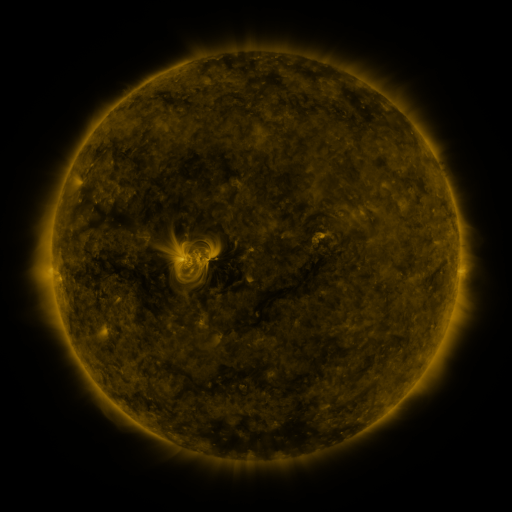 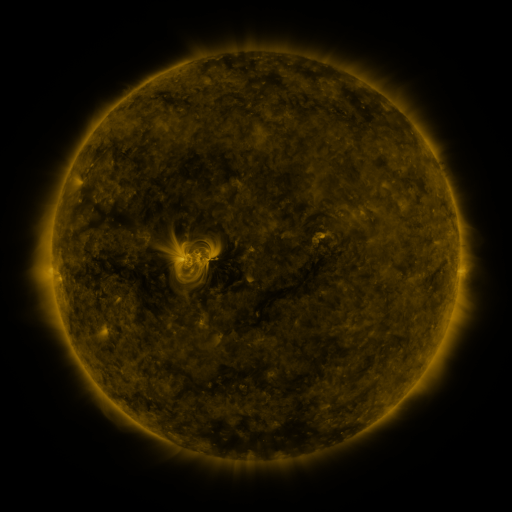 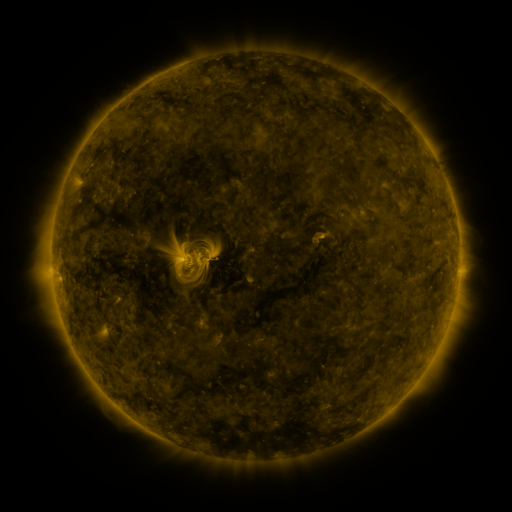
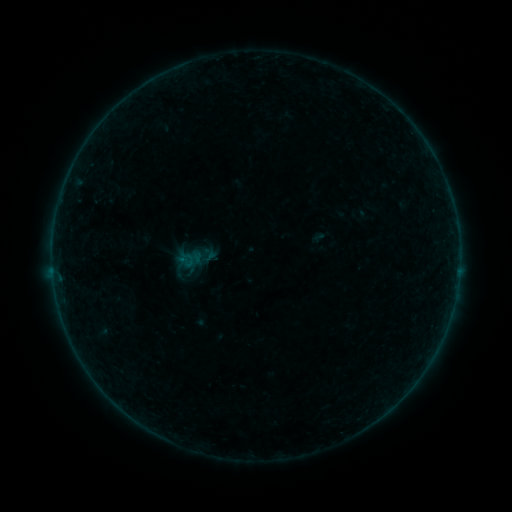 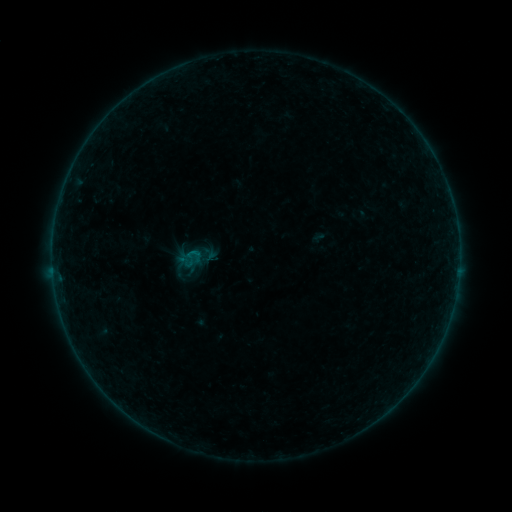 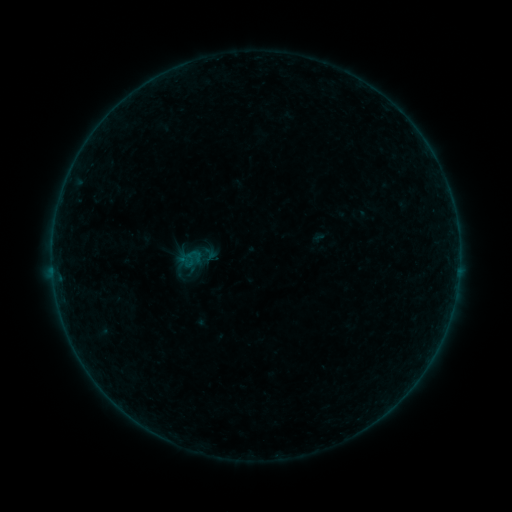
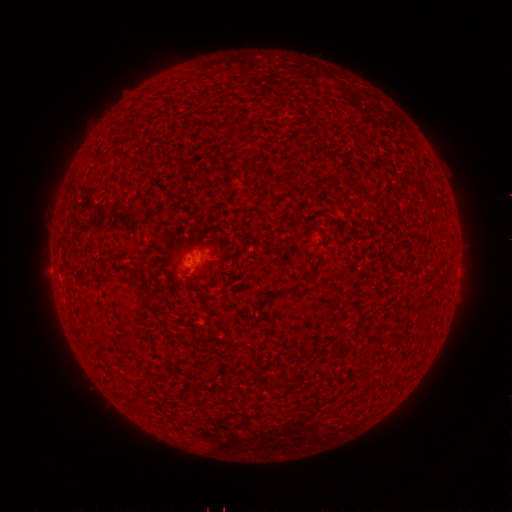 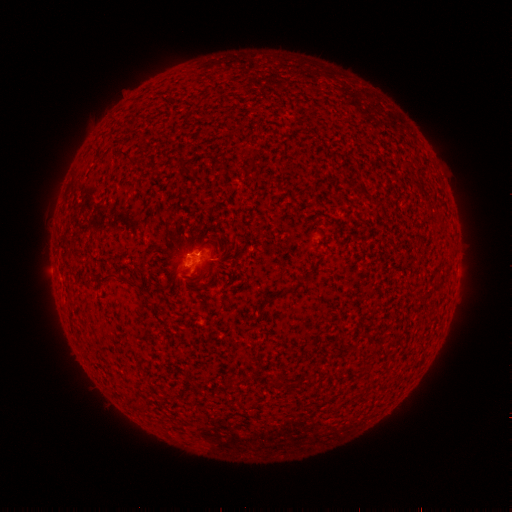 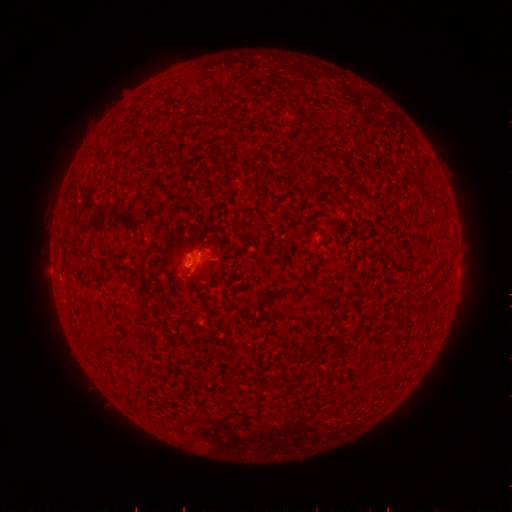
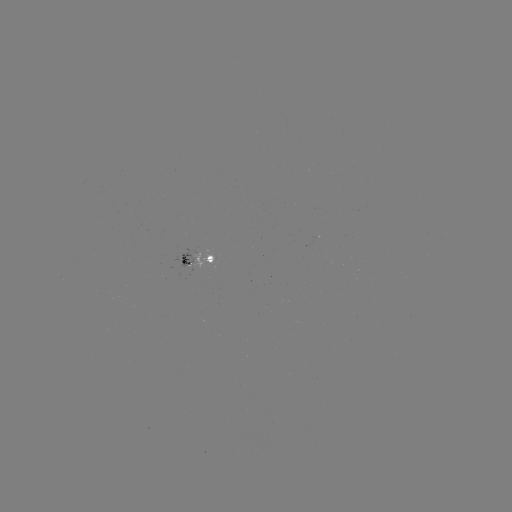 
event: flare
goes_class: B1.2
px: (196, 251)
